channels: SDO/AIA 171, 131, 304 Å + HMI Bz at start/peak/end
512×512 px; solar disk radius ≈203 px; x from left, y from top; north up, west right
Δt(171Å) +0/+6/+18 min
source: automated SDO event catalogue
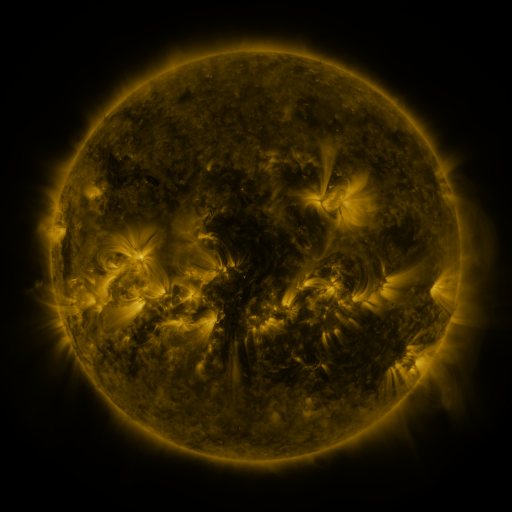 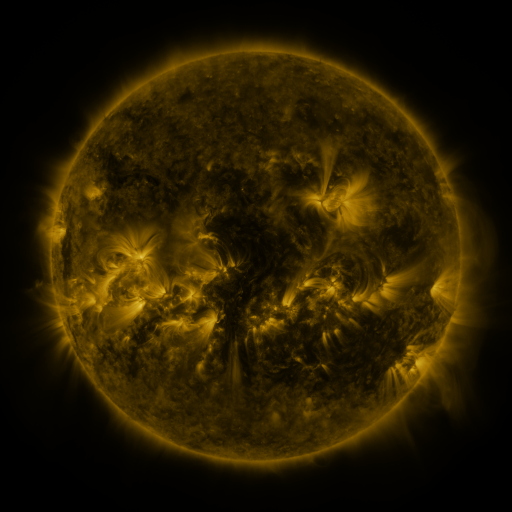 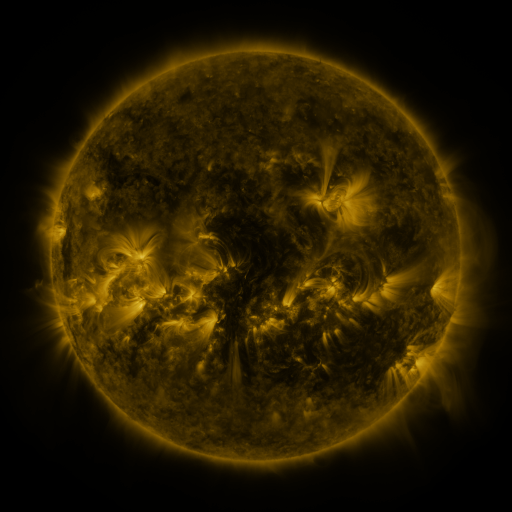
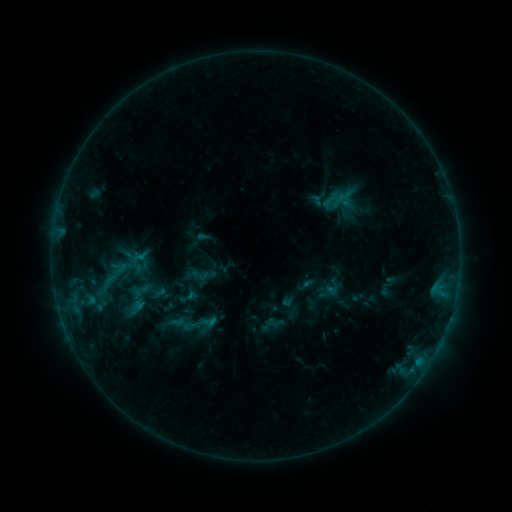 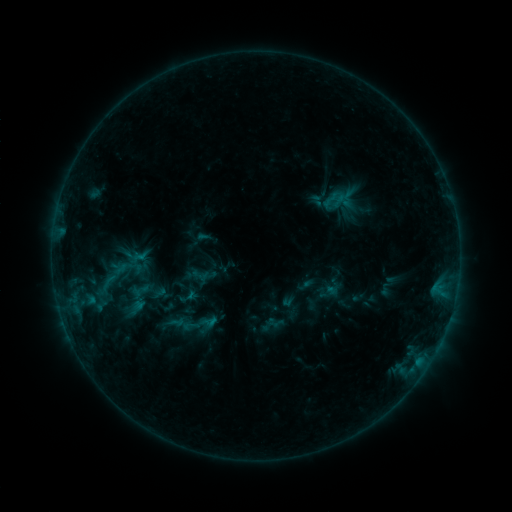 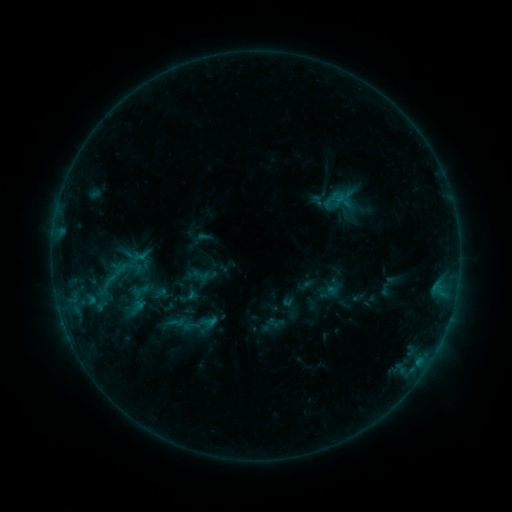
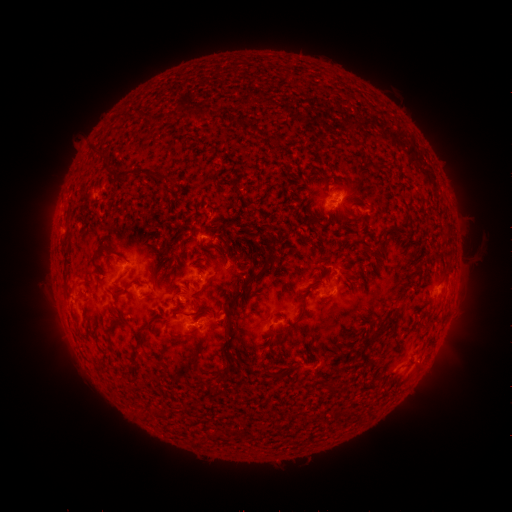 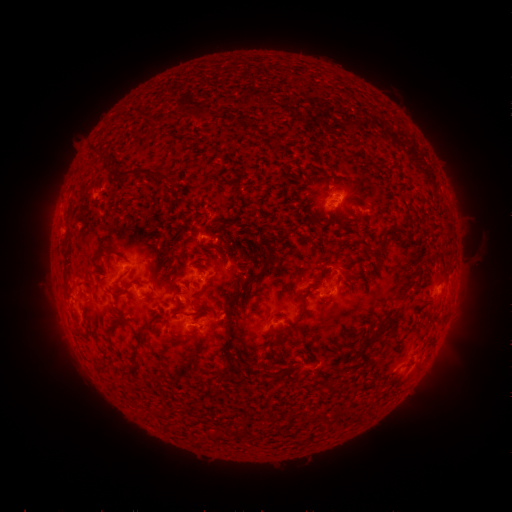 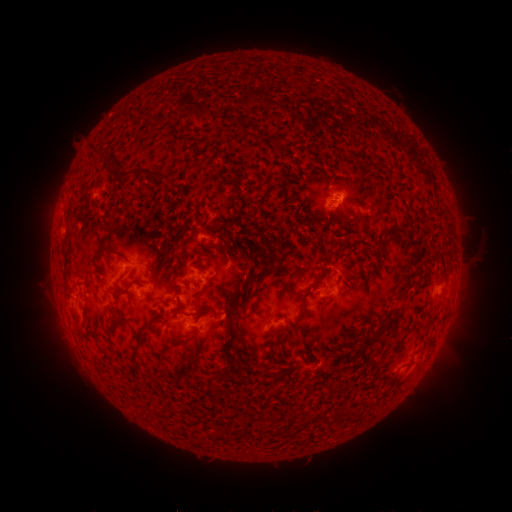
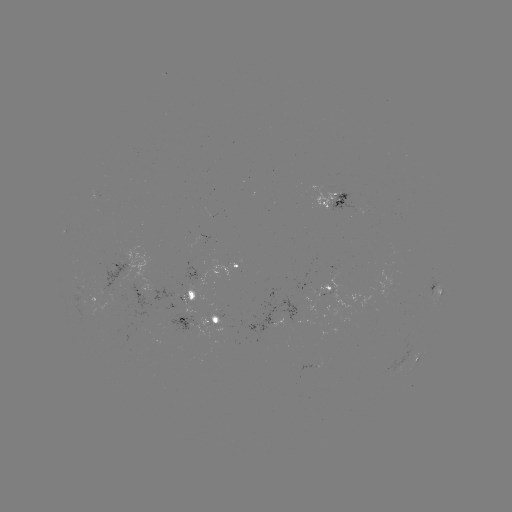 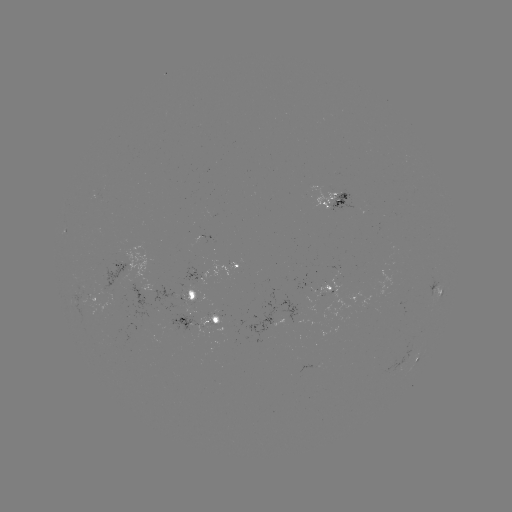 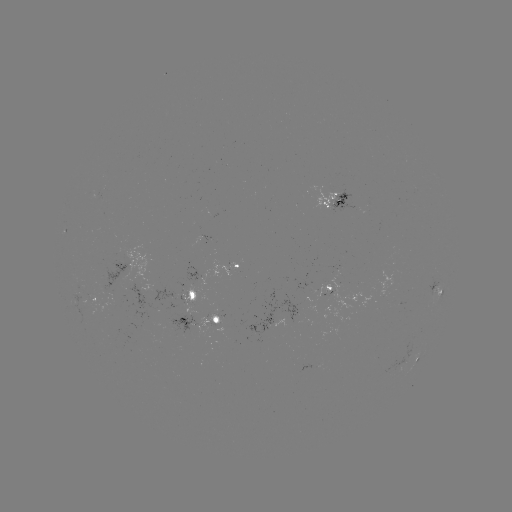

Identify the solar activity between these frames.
nothing was catalogued: no classed flare, no EUV trigger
